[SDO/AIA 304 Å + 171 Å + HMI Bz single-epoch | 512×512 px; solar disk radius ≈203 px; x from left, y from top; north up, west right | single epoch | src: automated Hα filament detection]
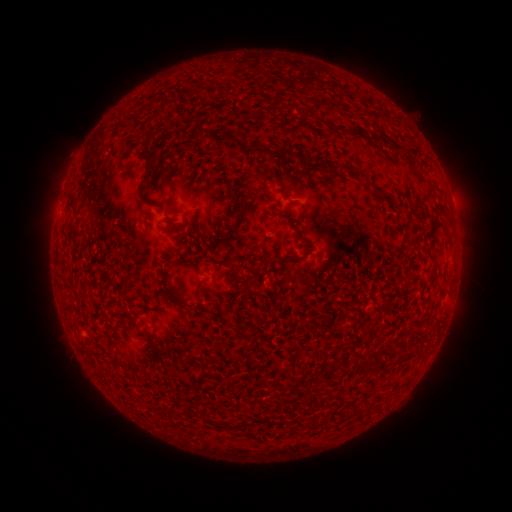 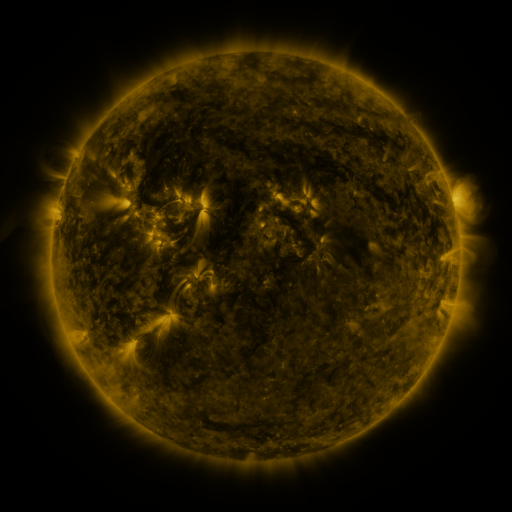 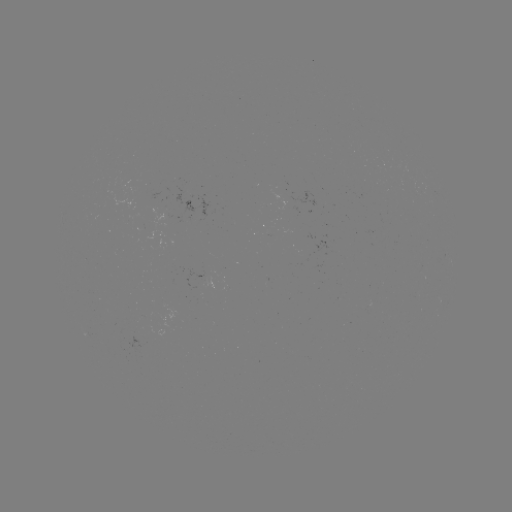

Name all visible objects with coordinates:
filament: [226, 91, 235, 99]
filament: [304, 96, 314, 104]
filament: [192, 110, 266, 155]
filament: [328, 123, 338, 133]
filament: [348, 125, 366, 135]
filament: [143, 148, 159, 171]
filament: [278, 148, 292, 163]
filament: [346, 164, 364, 181]
filament: [267, 172, 280, 183]
filament: [138, 194, 165, 211]
filament: [231, 196, 247, 232]
filament: [188, 220, 196, 234]
filament: [66, 224, 76, 244]
filament: [286, 253, 298, 260]
filament: [272, 255, 282, 263]
filament: [168, 257, 180, 265]
filament: [246, 275, 259, 287]
filament: [170, 290, 201, 313]
filament: [354, 359, 364, 368]
